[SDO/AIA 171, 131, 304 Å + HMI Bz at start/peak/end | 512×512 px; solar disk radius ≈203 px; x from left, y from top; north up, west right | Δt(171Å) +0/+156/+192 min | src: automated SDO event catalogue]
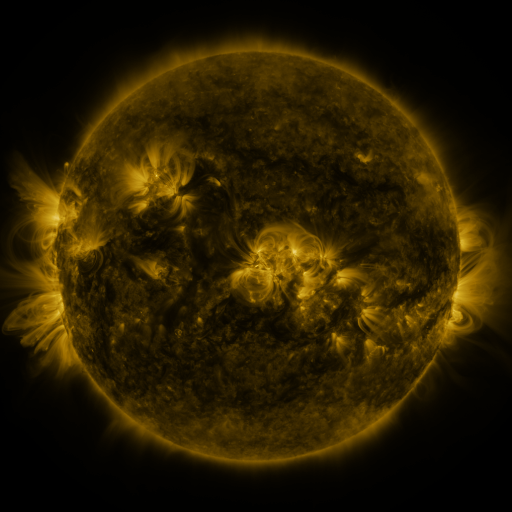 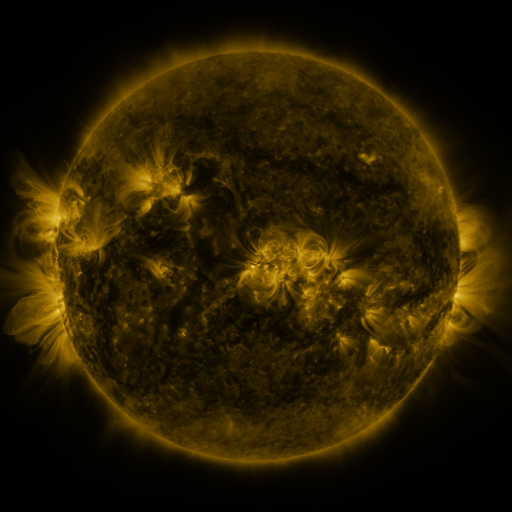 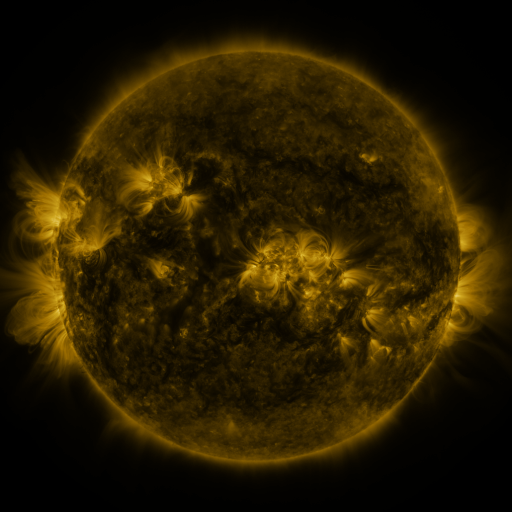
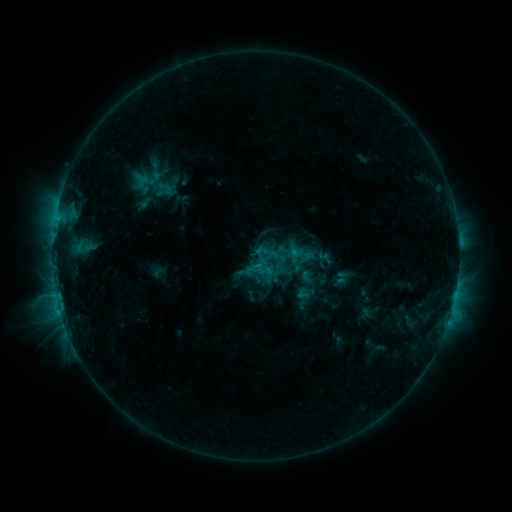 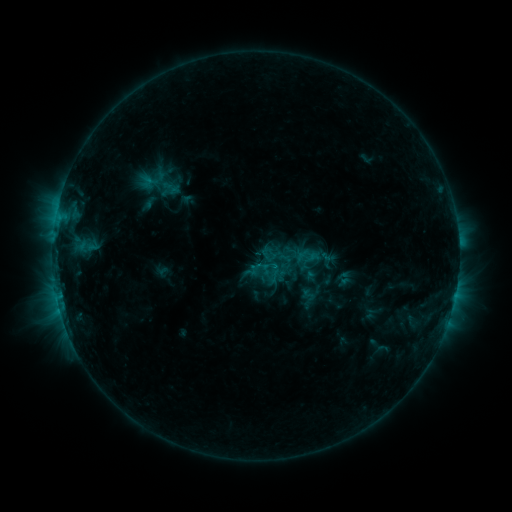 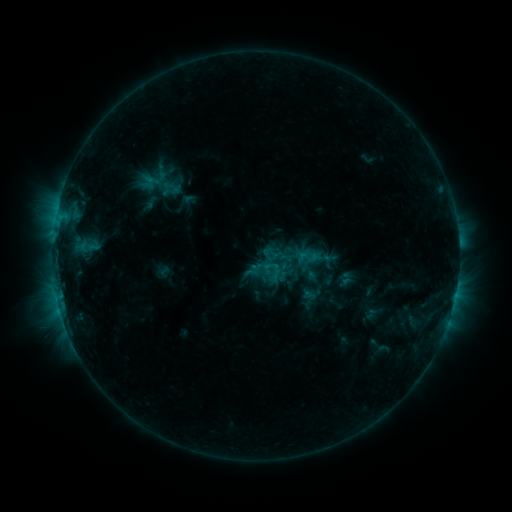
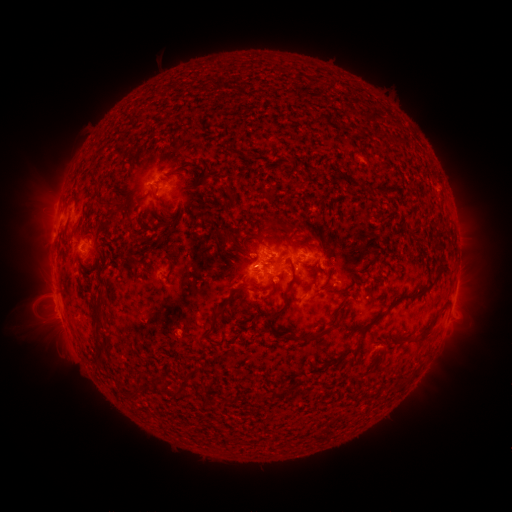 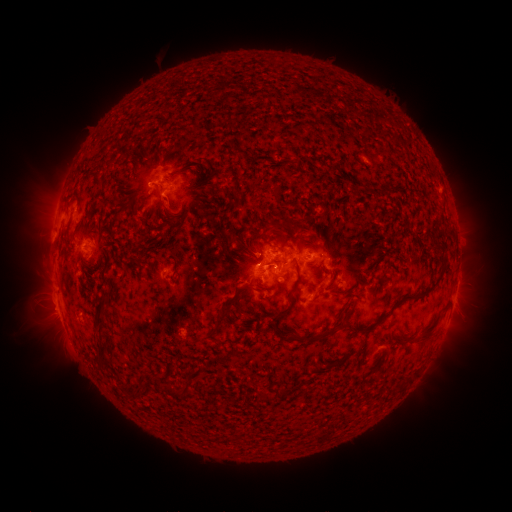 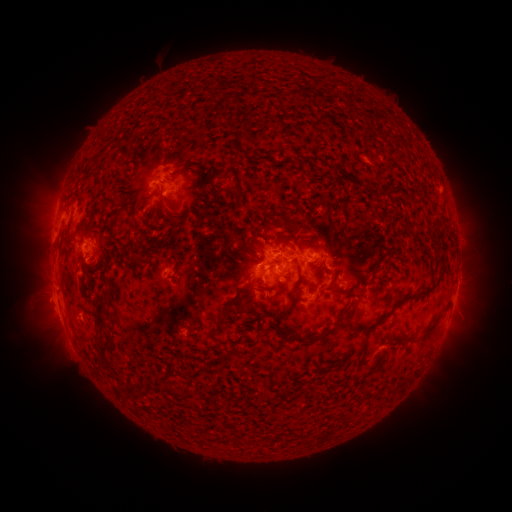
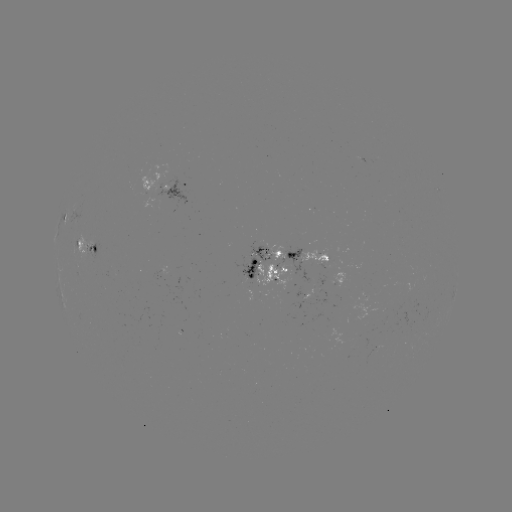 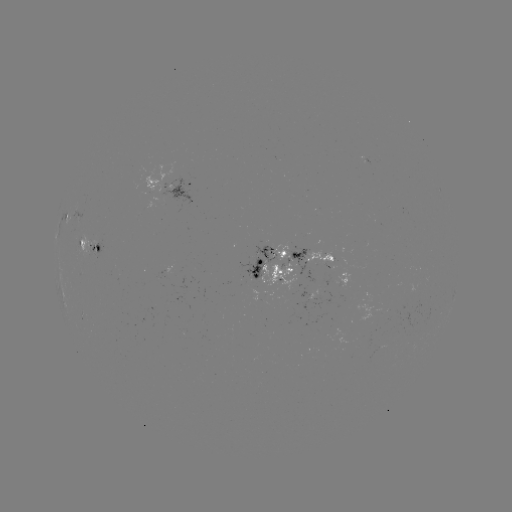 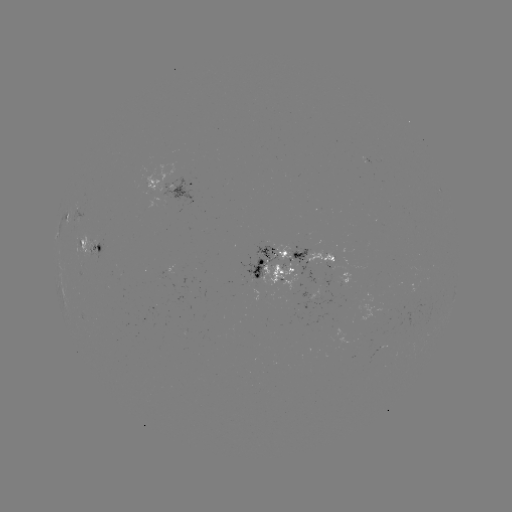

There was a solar emerging-flux region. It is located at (265, 260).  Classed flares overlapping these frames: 3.